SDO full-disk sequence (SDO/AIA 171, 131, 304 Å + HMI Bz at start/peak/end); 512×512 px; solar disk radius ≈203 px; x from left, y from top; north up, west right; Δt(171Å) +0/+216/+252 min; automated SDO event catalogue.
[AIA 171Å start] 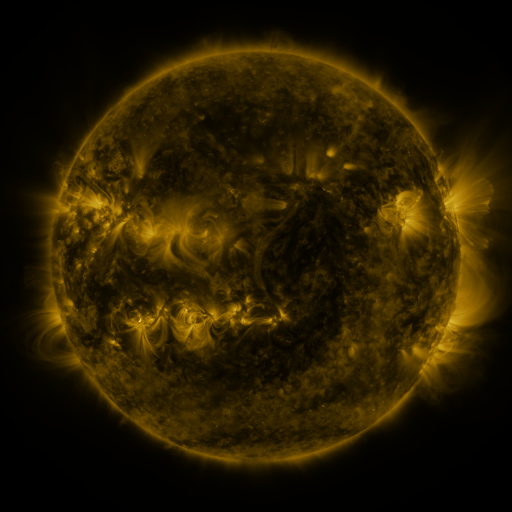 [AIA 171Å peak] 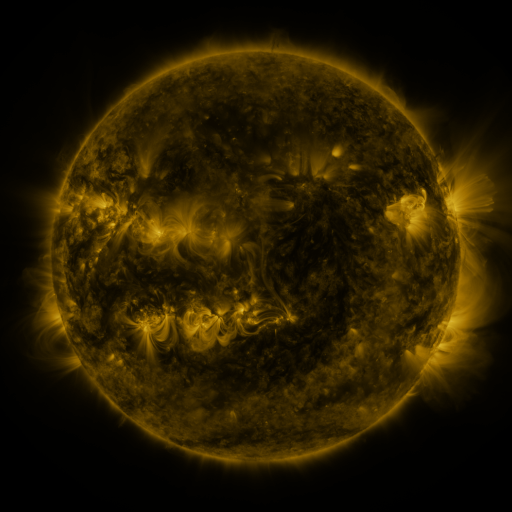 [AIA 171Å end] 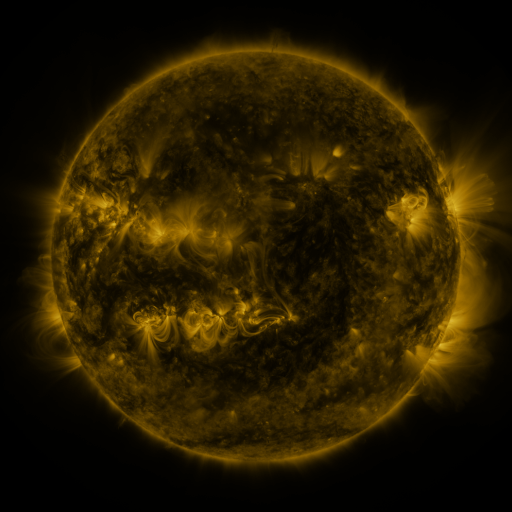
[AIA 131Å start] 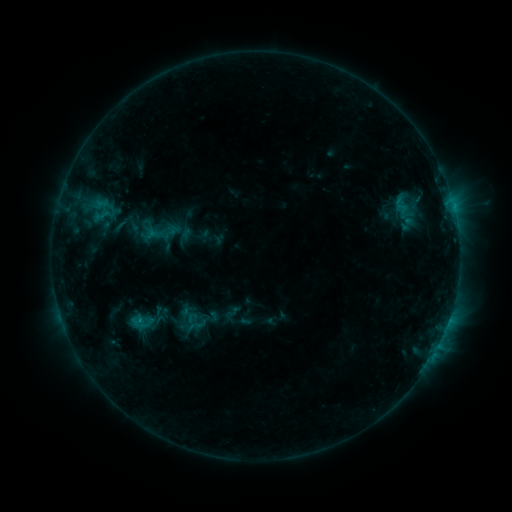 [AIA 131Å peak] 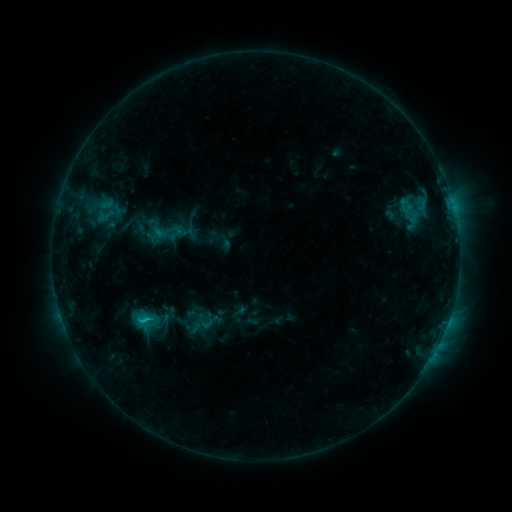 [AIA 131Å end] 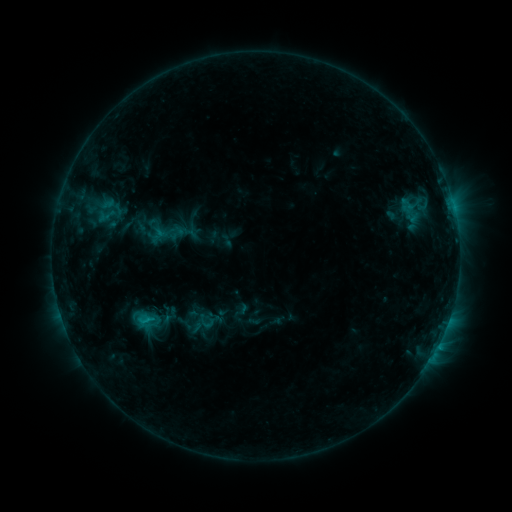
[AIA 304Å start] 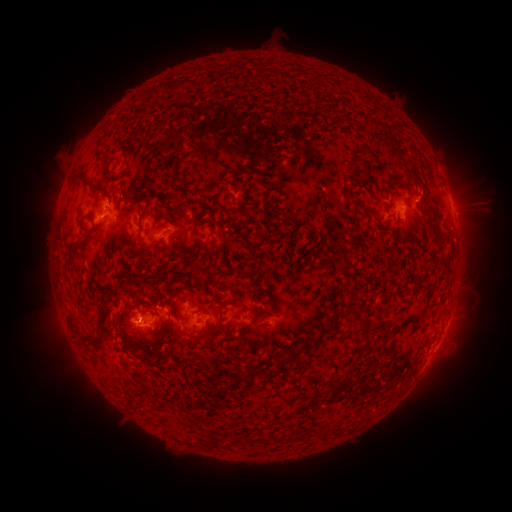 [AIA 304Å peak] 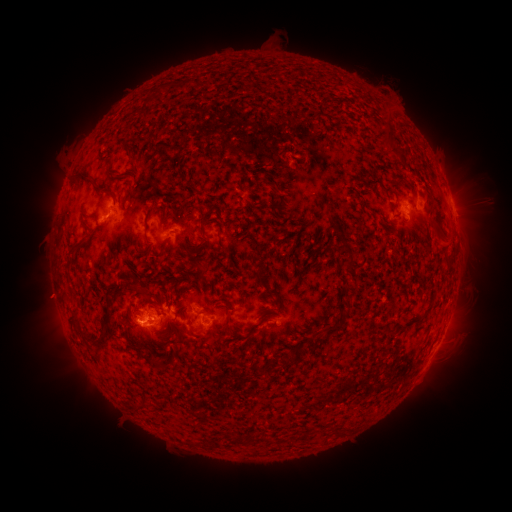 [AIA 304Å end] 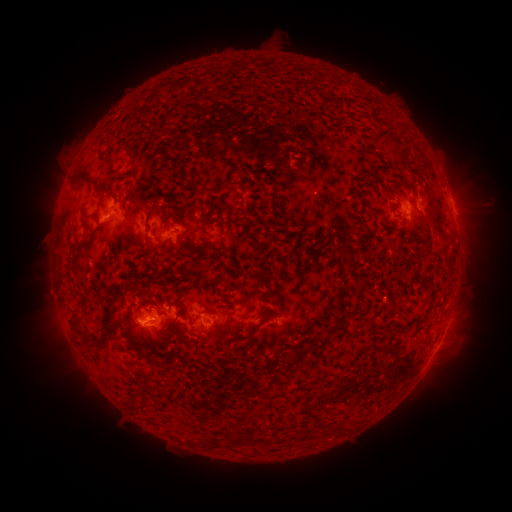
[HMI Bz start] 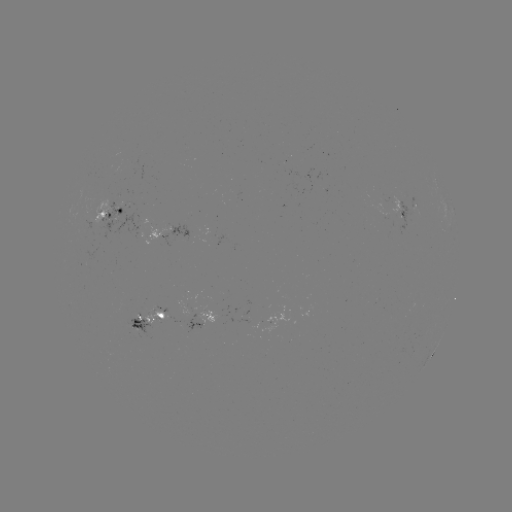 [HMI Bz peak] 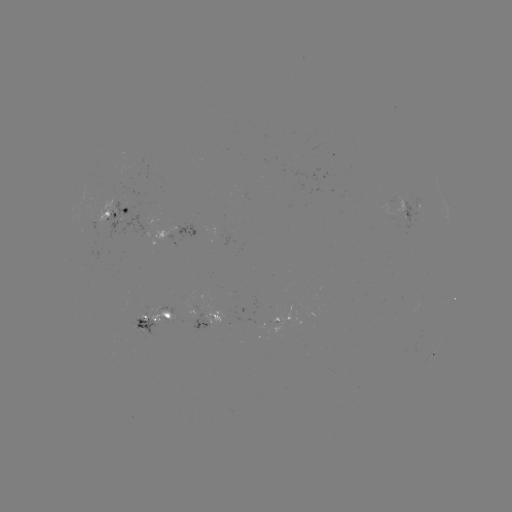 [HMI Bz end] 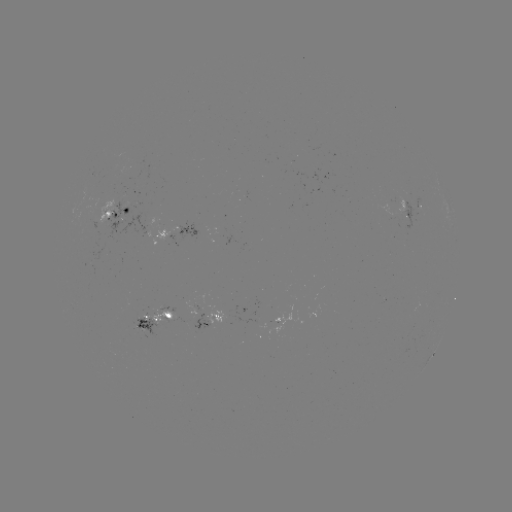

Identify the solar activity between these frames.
emerging-flux region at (196, 320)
